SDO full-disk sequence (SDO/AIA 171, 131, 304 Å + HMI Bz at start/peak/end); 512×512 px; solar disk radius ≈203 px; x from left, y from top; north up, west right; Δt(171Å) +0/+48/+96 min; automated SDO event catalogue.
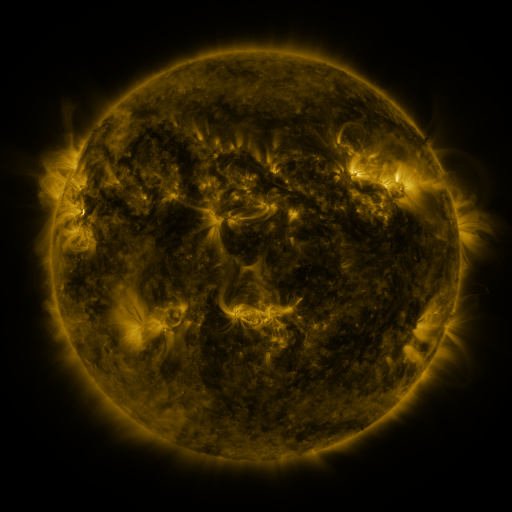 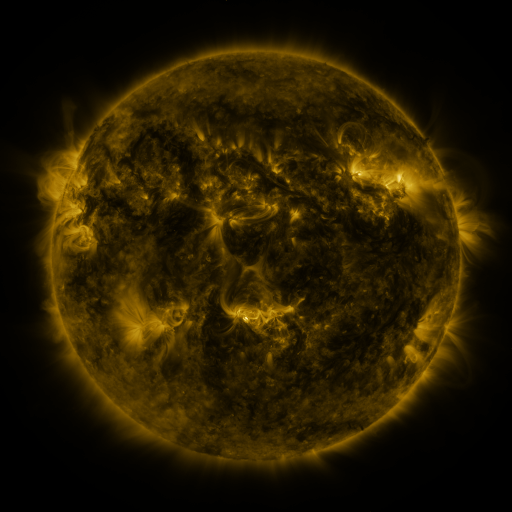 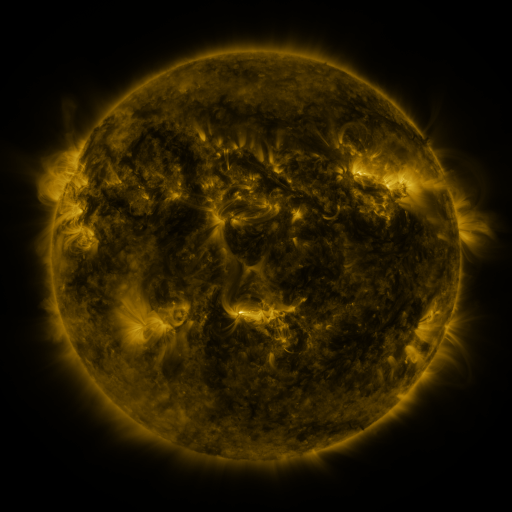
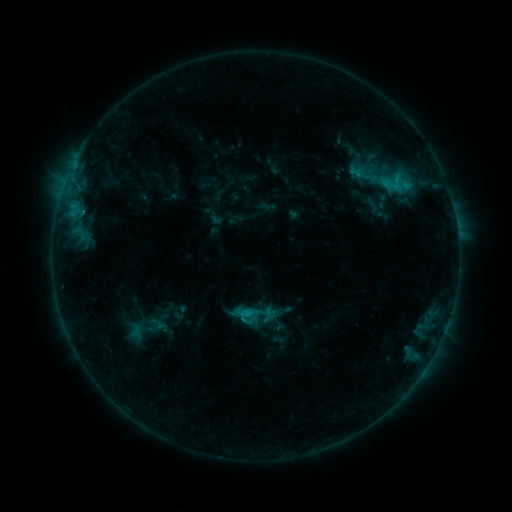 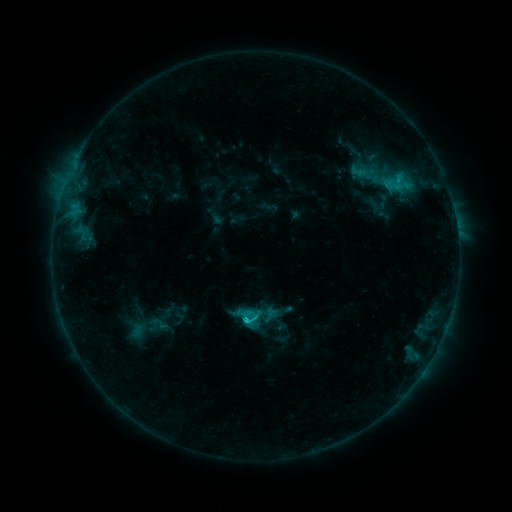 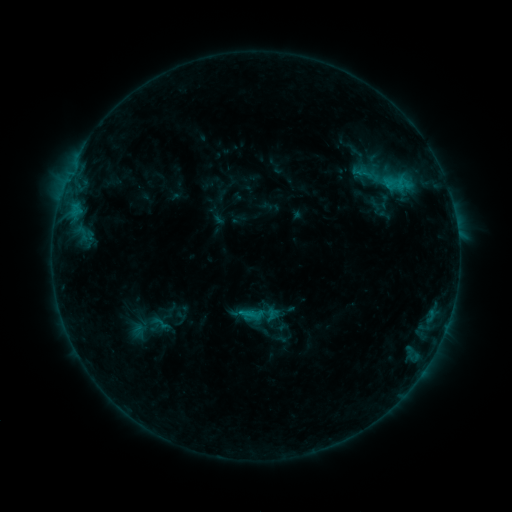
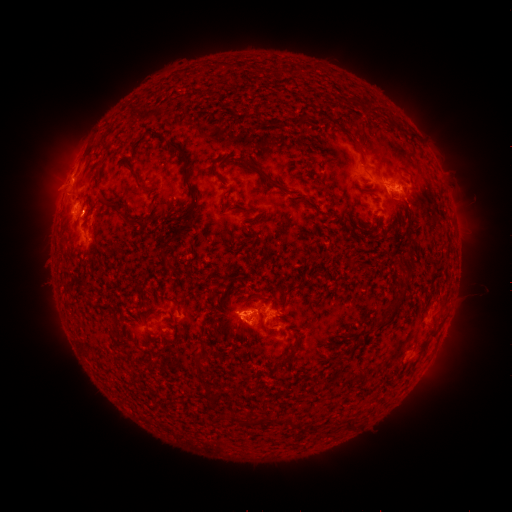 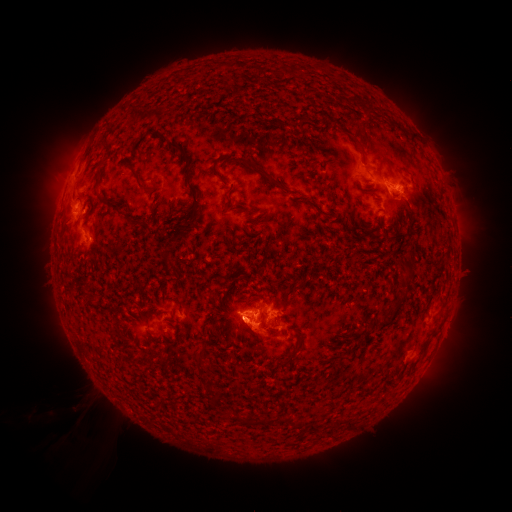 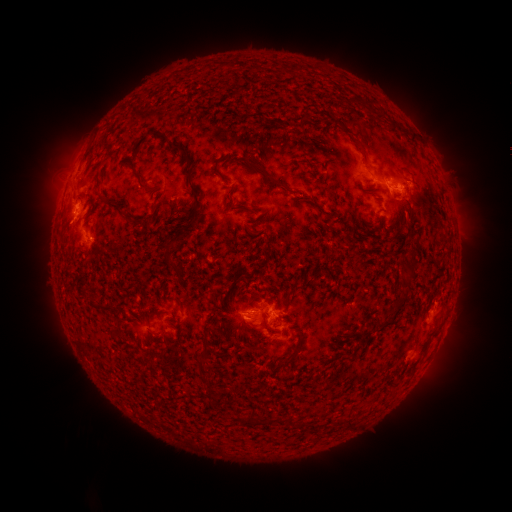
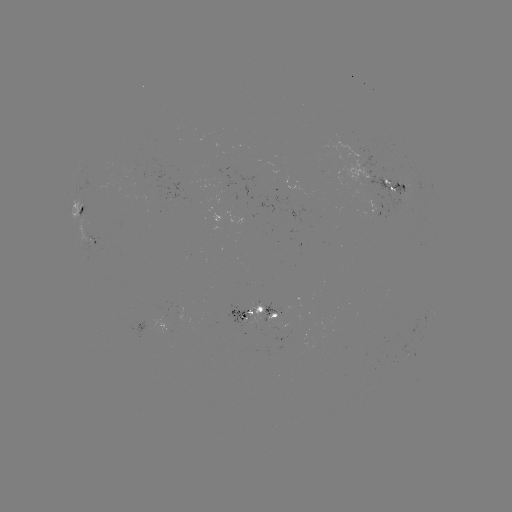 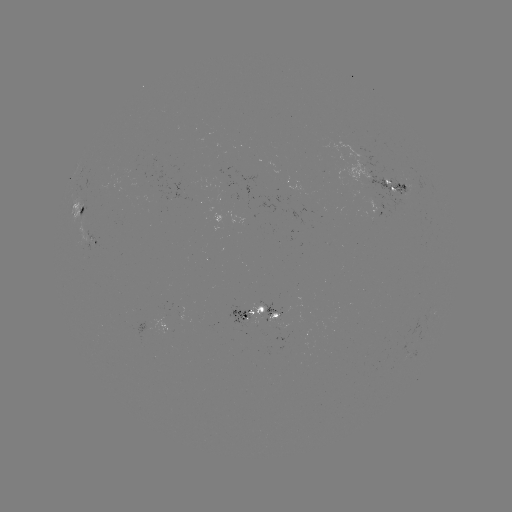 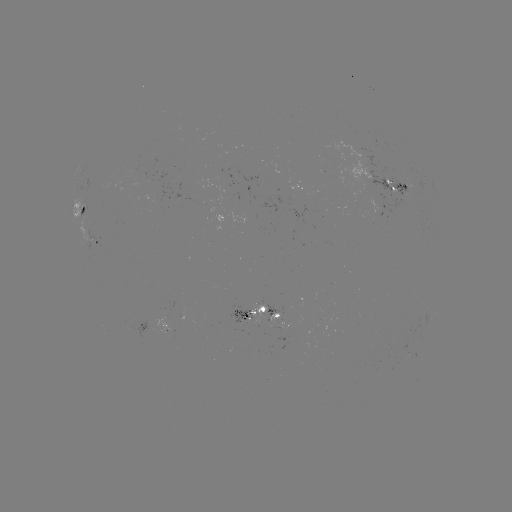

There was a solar filament eruption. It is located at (86, 413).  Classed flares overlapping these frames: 1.